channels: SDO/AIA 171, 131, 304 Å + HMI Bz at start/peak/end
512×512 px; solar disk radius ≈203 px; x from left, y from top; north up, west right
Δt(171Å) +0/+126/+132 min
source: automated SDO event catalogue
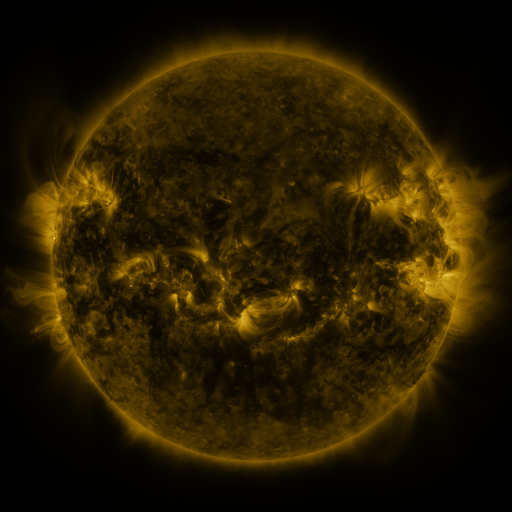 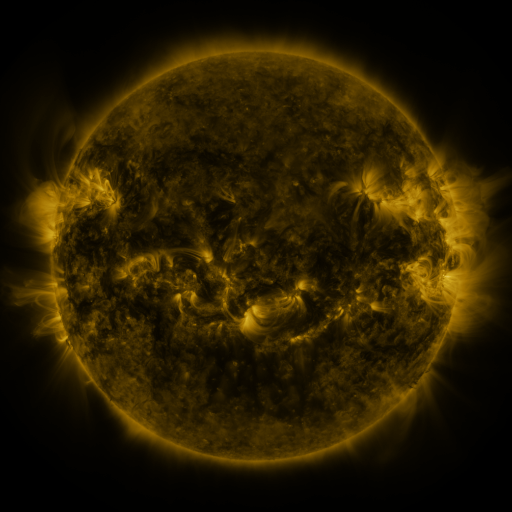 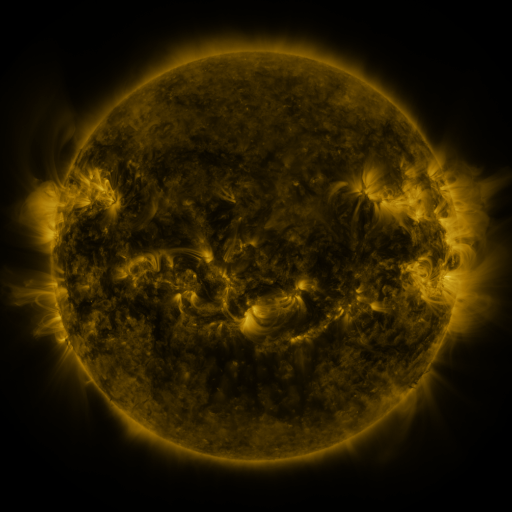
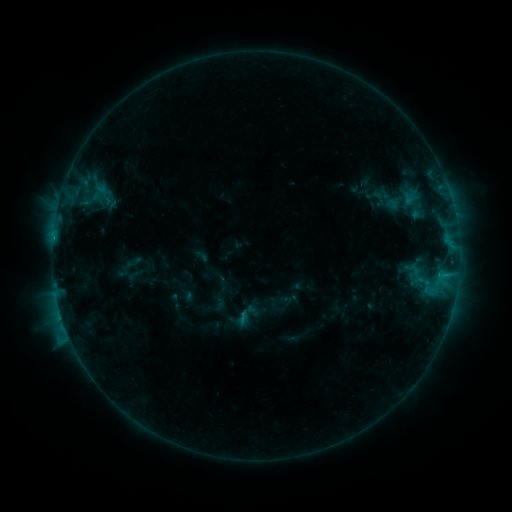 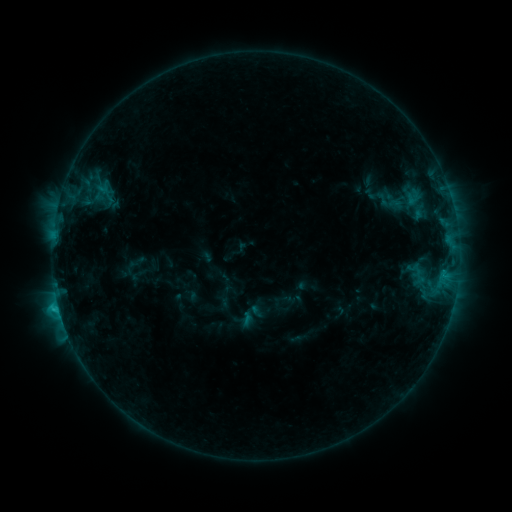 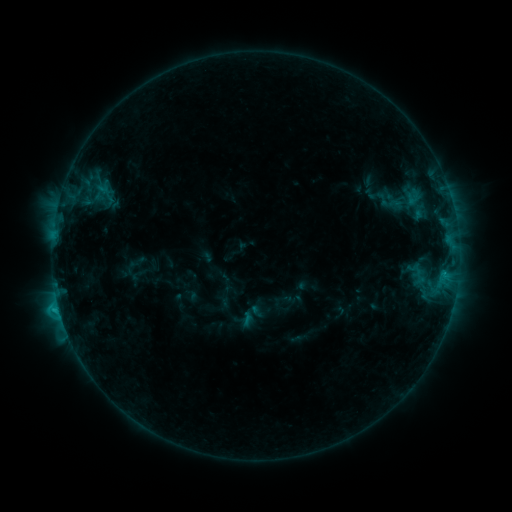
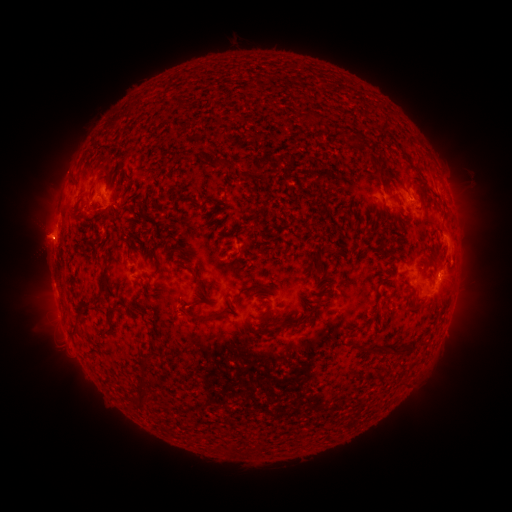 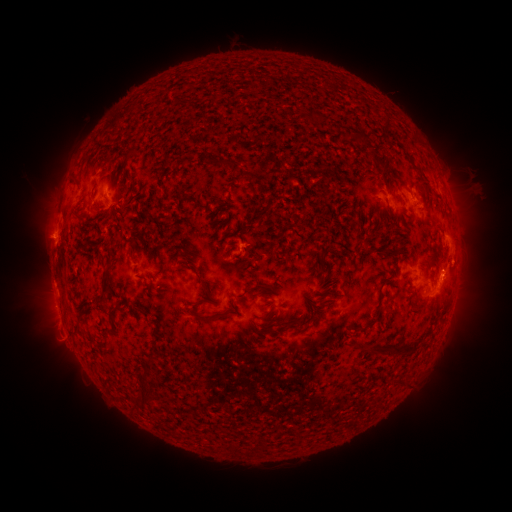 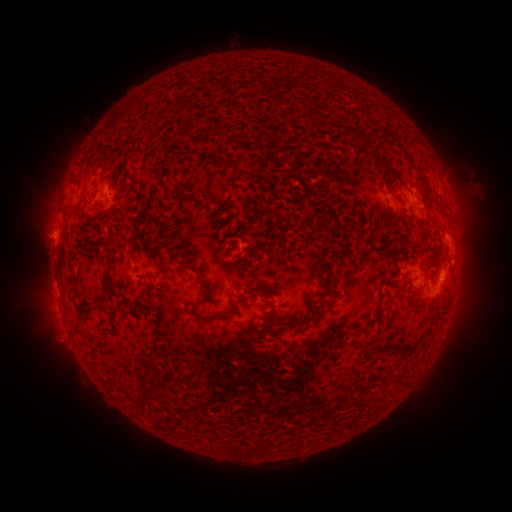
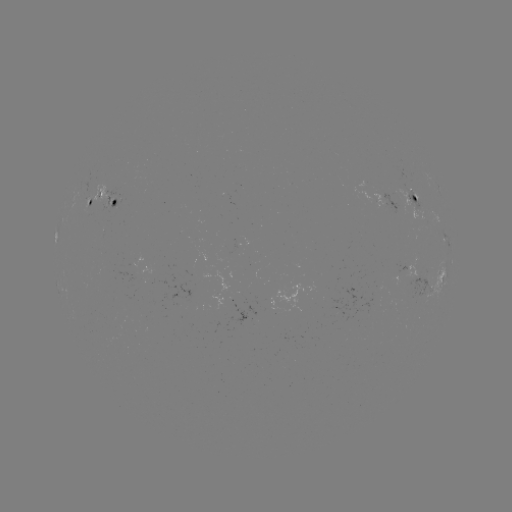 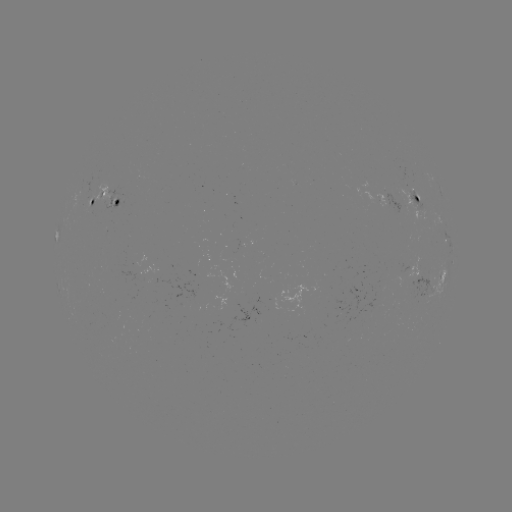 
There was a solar flare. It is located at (58, 304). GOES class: C1.9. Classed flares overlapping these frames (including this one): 1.